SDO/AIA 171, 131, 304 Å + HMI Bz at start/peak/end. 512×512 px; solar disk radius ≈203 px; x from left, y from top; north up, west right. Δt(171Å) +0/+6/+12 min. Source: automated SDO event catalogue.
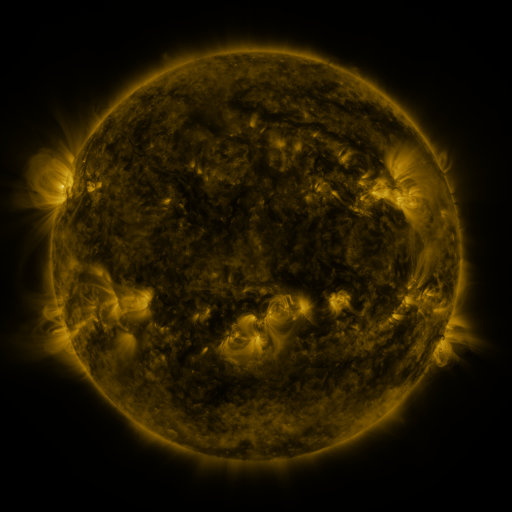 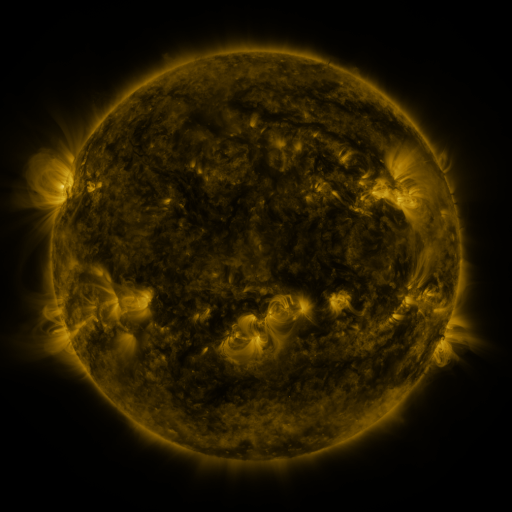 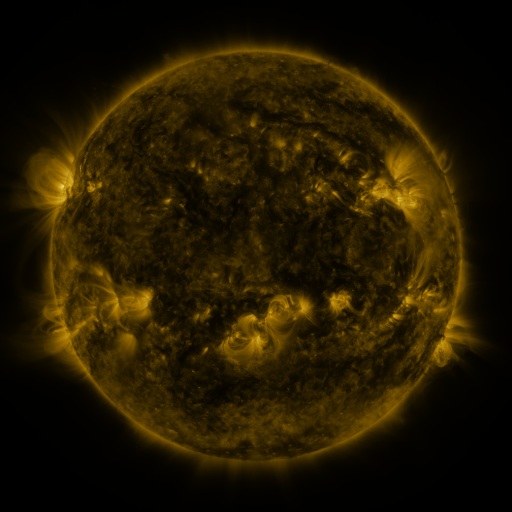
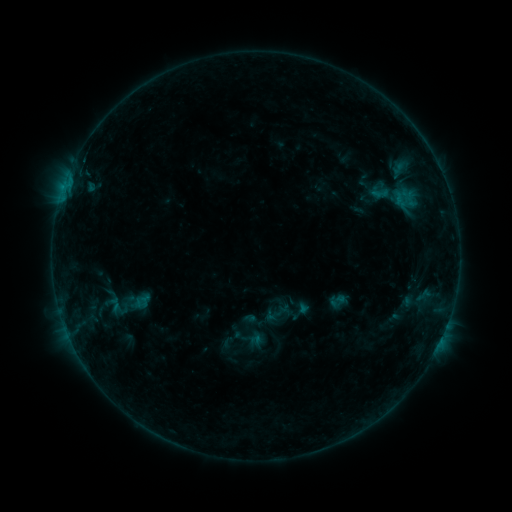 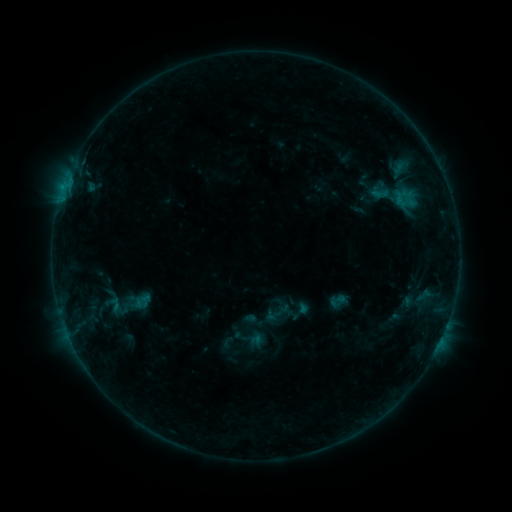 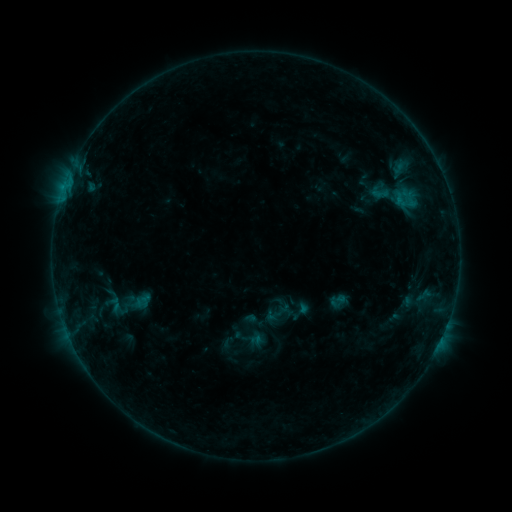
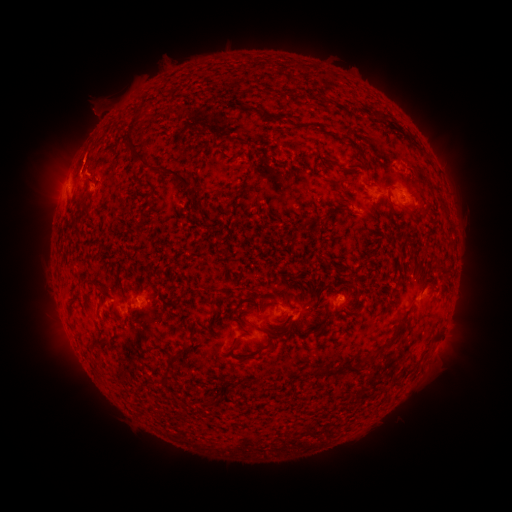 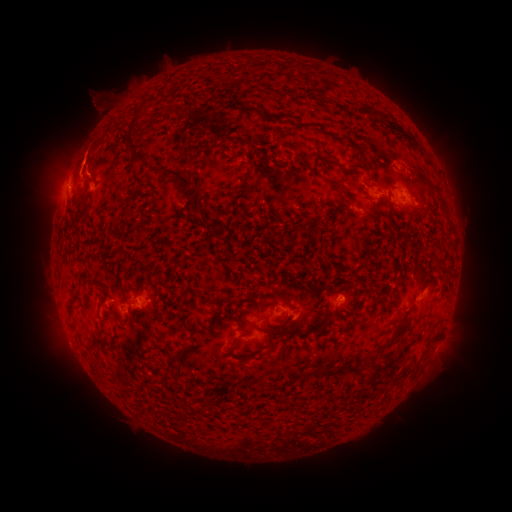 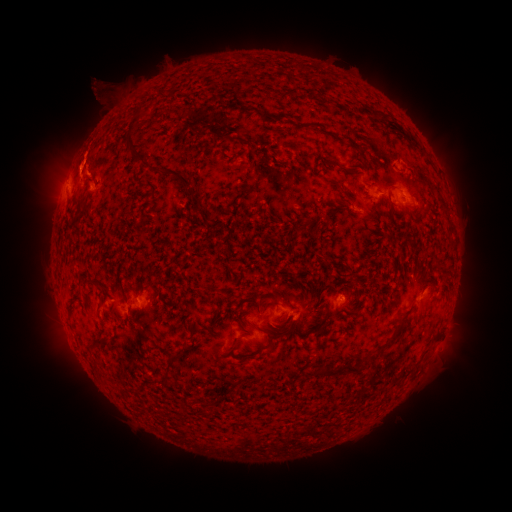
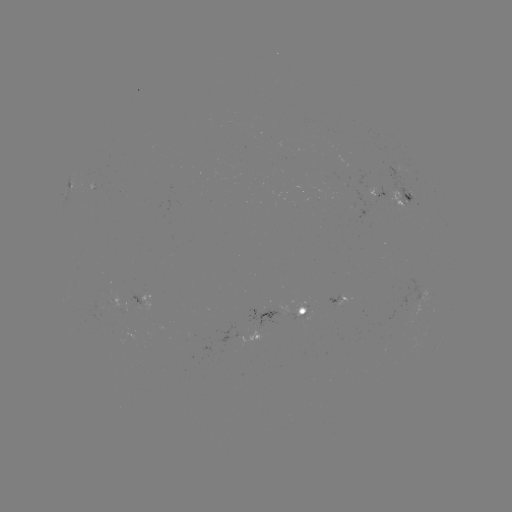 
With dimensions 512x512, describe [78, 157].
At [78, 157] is eruption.